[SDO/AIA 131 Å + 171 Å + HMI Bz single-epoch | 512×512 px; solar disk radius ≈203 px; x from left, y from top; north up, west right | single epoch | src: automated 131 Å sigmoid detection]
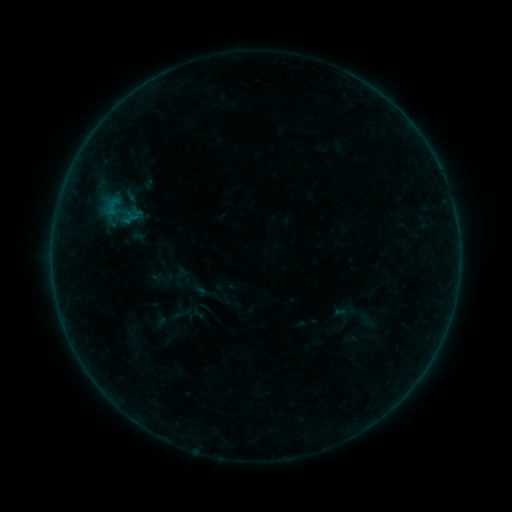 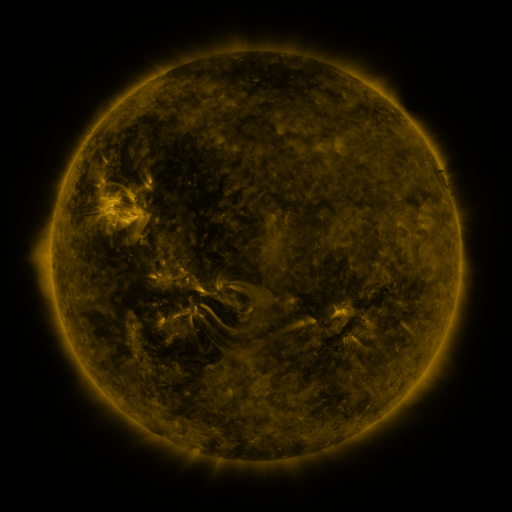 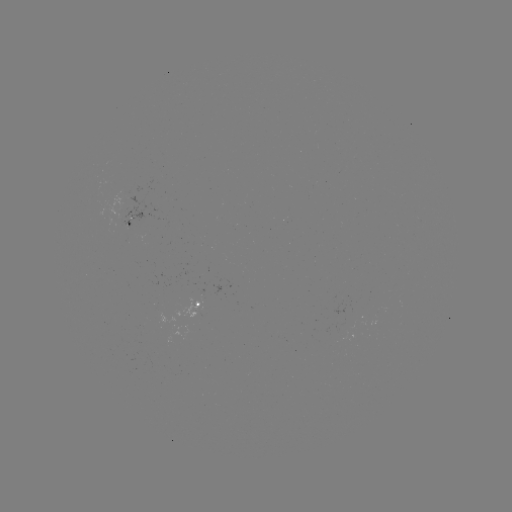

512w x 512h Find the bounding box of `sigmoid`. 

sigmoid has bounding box [95, 183, 146, 240].